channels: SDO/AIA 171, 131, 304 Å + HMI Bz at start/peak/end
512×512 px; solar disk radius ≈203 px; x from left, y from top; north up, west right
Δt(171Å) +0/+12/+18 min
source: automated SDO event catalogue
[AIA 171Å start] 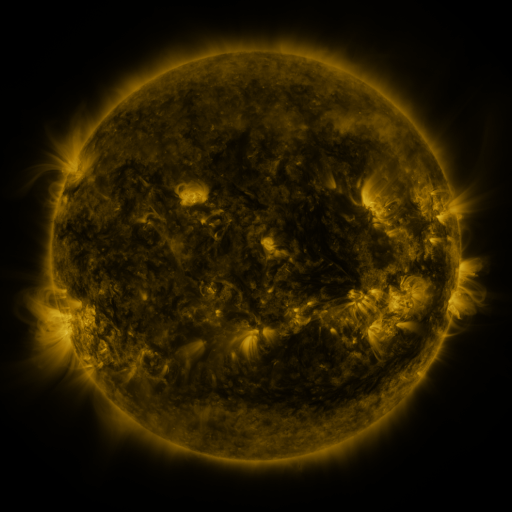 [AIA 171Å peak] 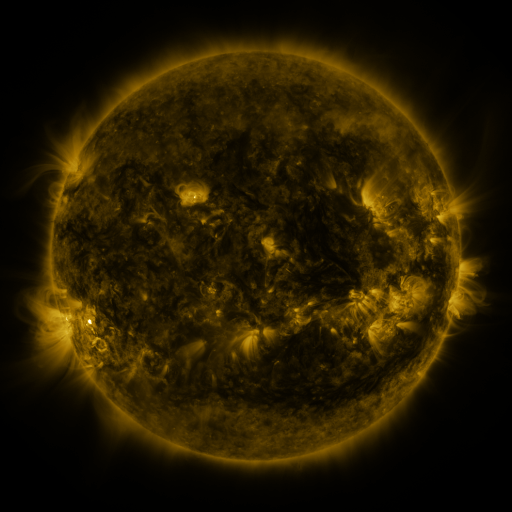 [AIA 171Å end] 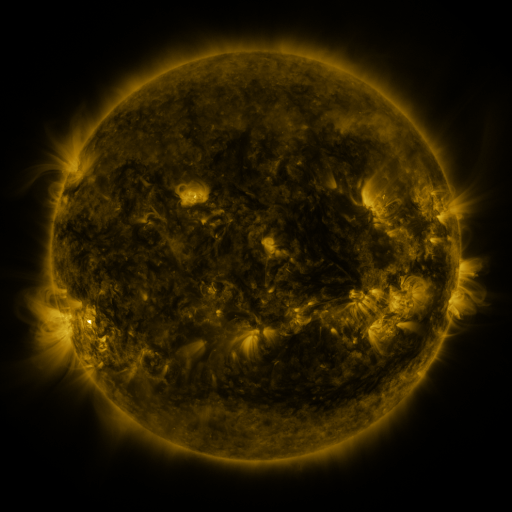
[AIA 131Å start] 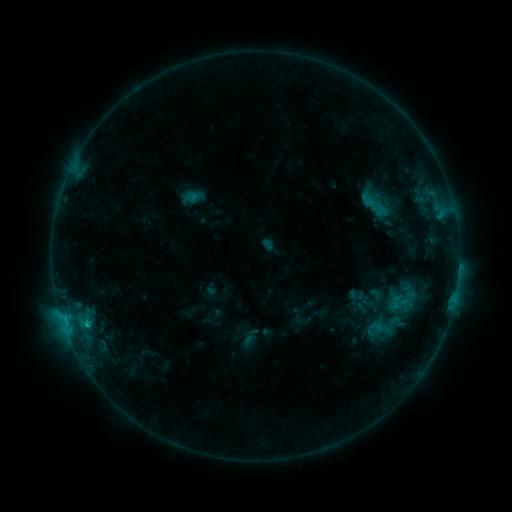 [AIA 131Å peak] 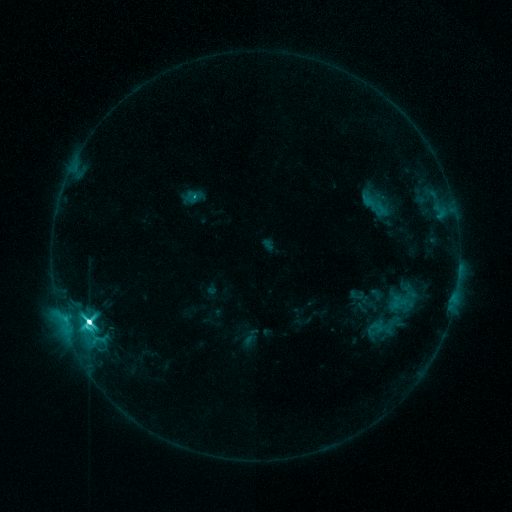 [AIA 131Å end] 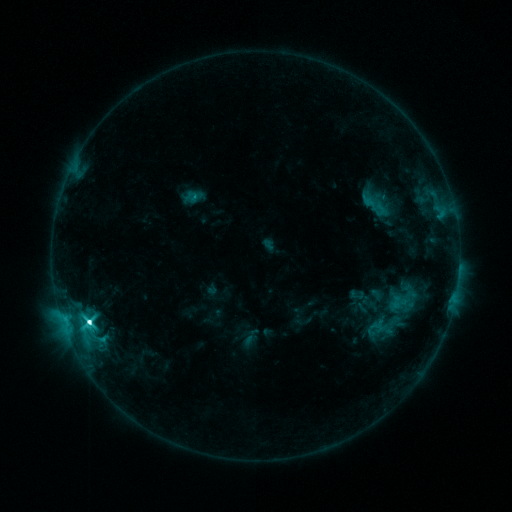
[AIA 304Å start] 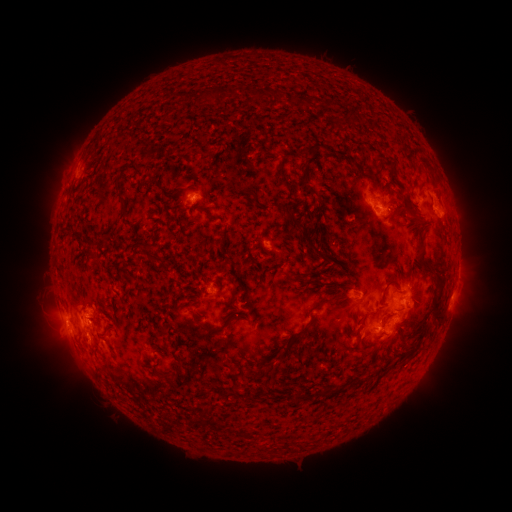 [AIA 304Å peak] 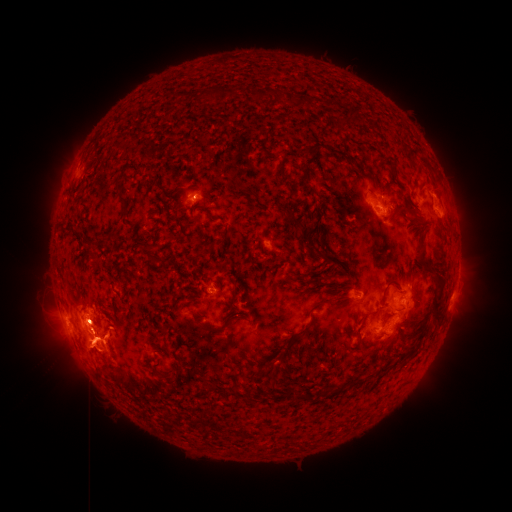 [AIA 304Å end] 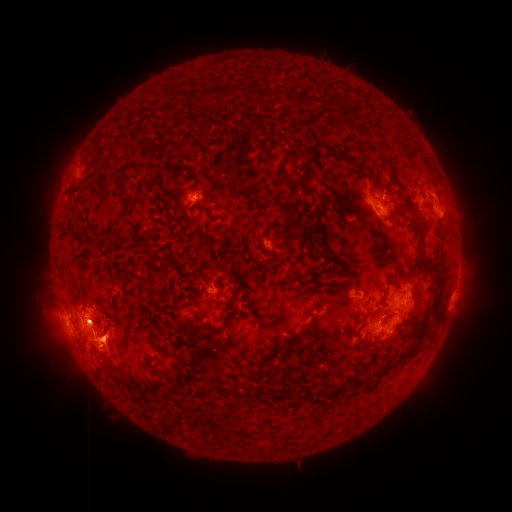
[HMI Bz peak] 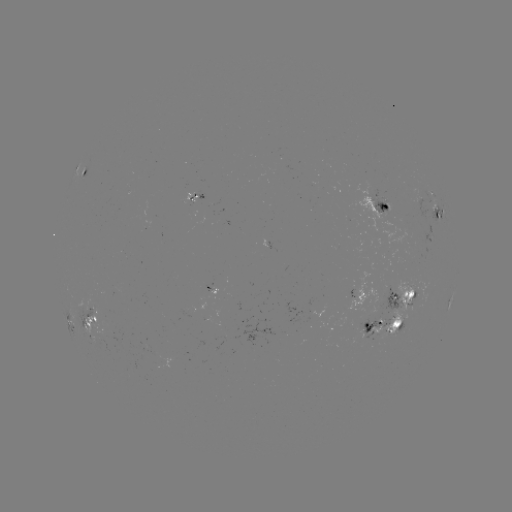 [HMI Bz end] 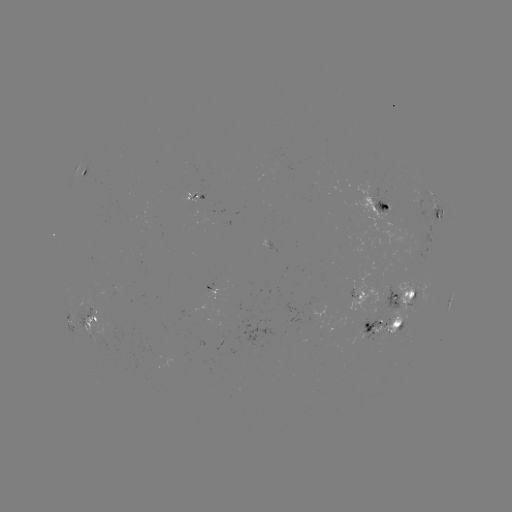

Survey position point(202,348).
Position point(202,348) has eruption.